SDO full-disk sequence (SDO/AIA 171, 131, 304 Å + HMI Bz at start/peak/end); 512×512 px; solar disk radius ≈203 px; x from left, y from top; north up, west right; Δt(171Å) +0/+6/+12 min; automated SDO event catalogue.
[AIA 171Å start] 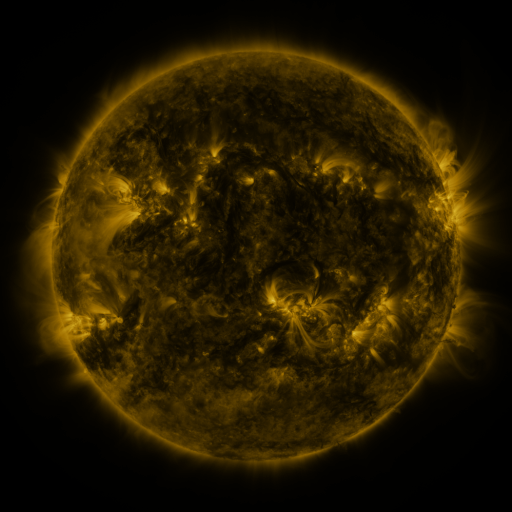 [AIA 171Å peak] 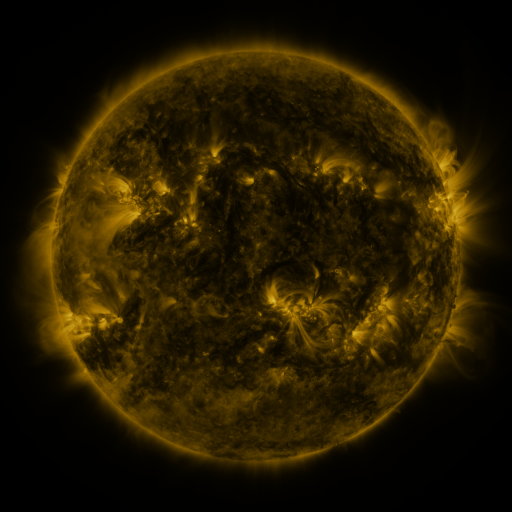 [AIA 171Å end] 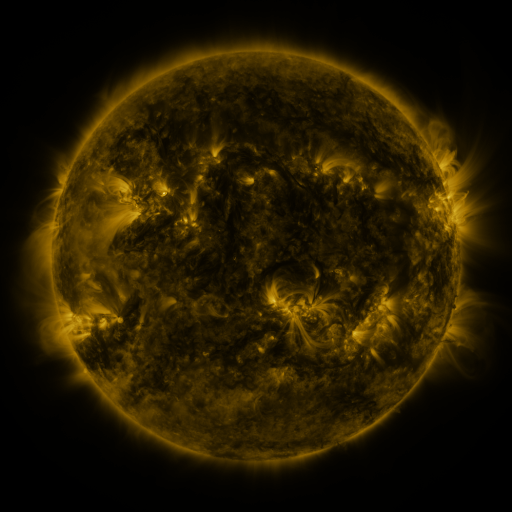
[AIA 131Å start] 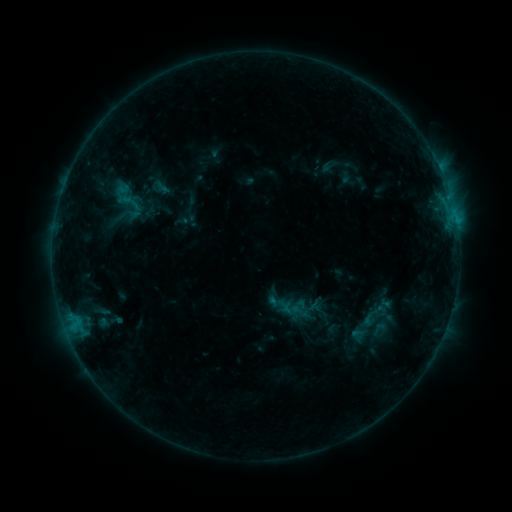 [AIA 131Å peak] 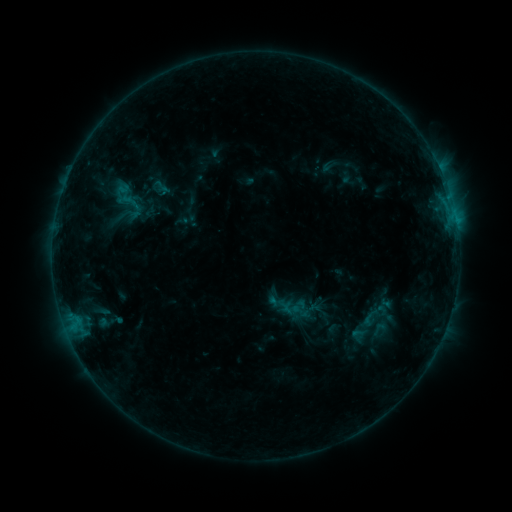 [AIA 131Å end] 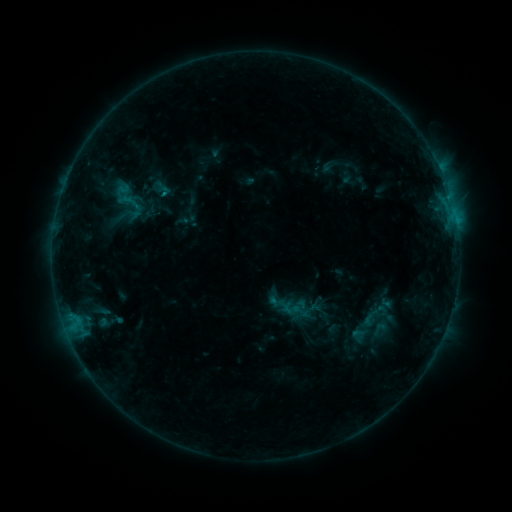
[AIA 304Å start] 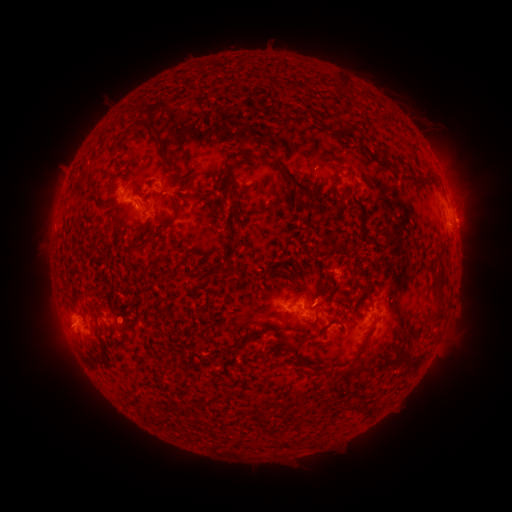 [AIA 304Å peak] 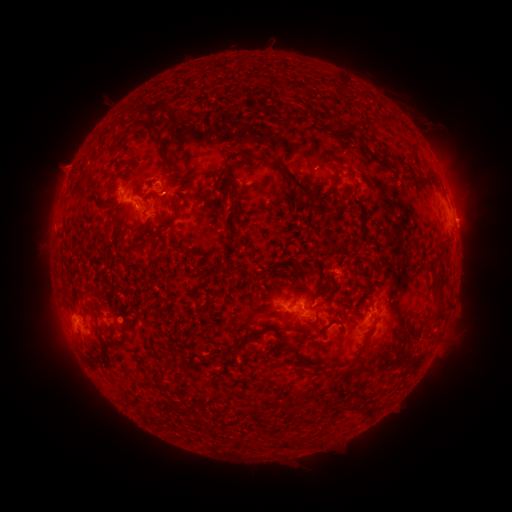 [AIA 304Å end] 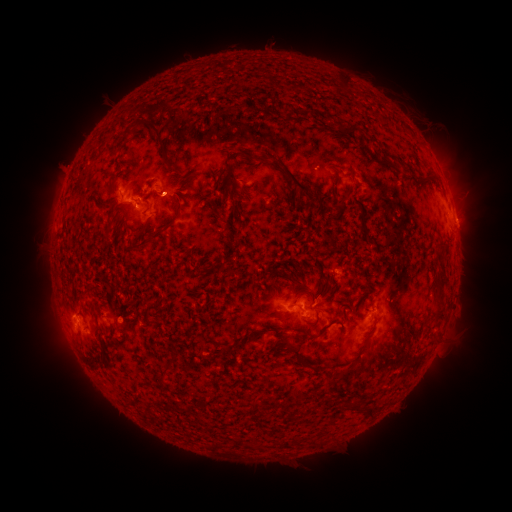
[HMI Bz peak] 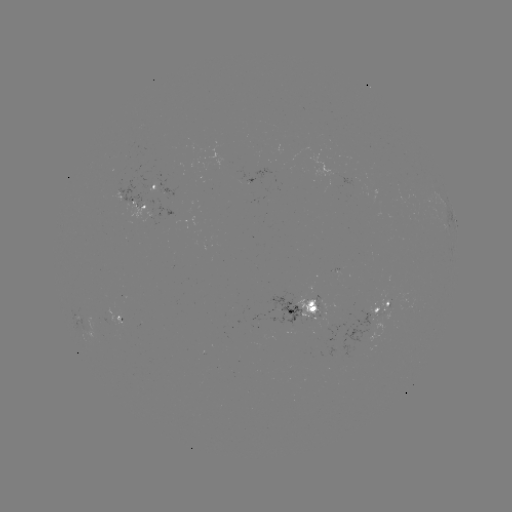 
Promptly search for eruption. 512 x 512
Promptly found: [65, 166].